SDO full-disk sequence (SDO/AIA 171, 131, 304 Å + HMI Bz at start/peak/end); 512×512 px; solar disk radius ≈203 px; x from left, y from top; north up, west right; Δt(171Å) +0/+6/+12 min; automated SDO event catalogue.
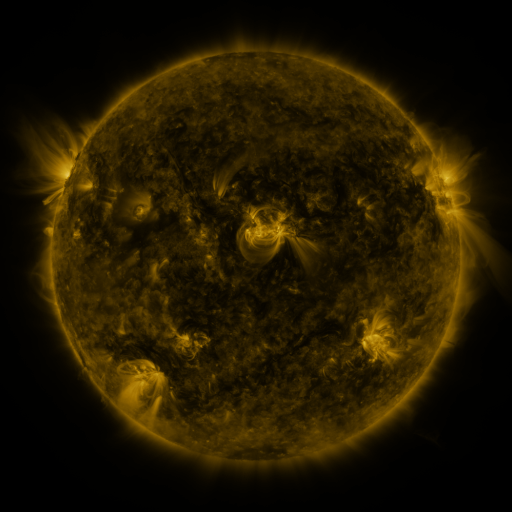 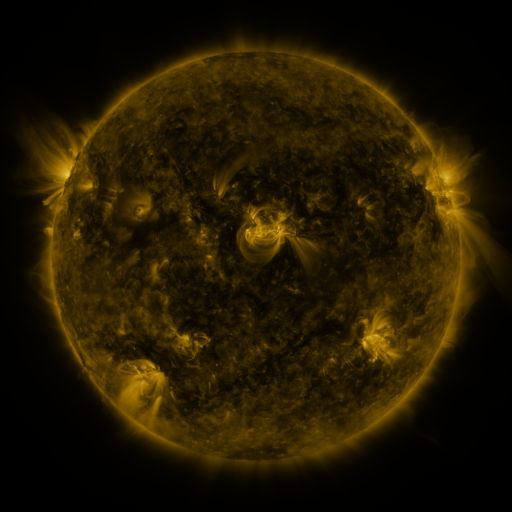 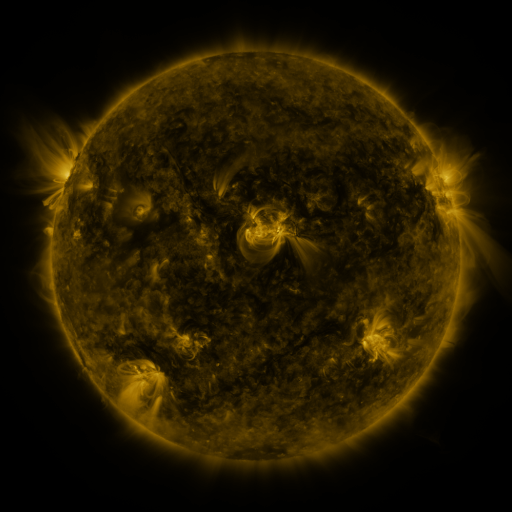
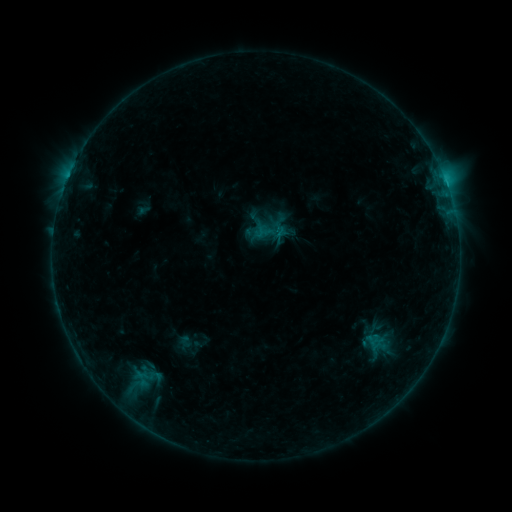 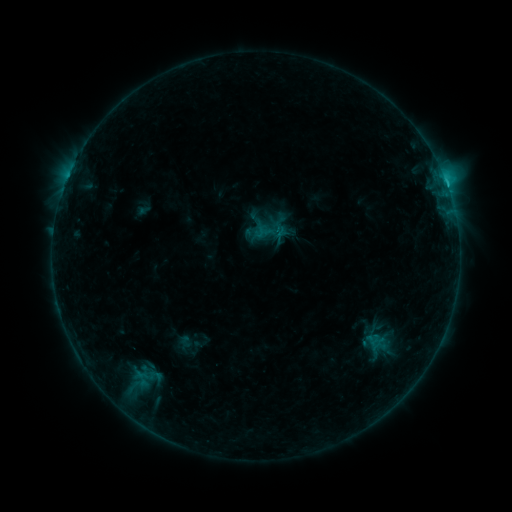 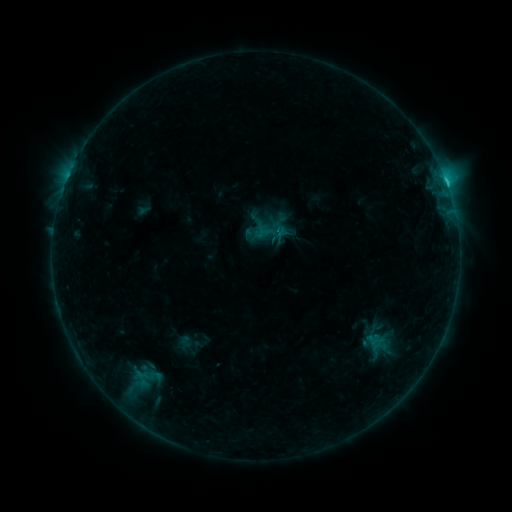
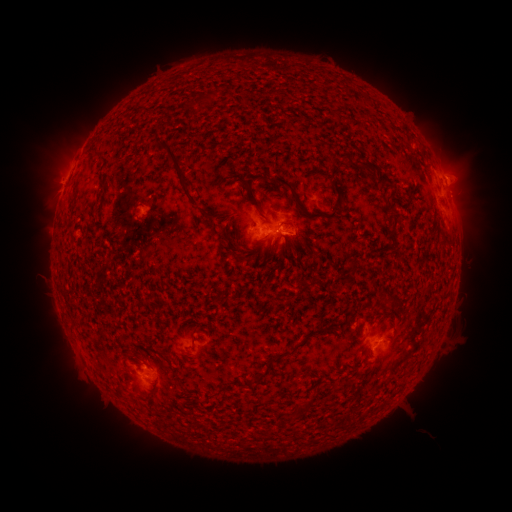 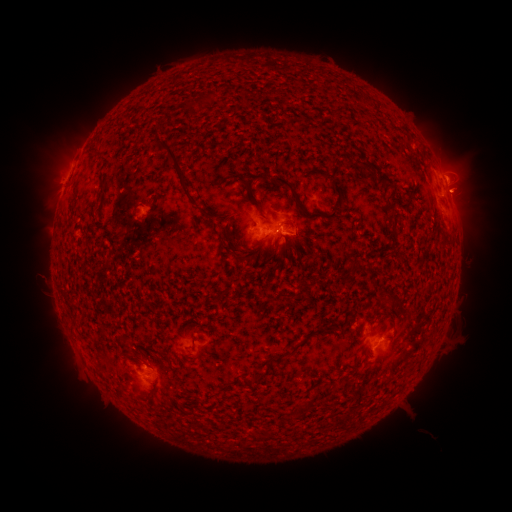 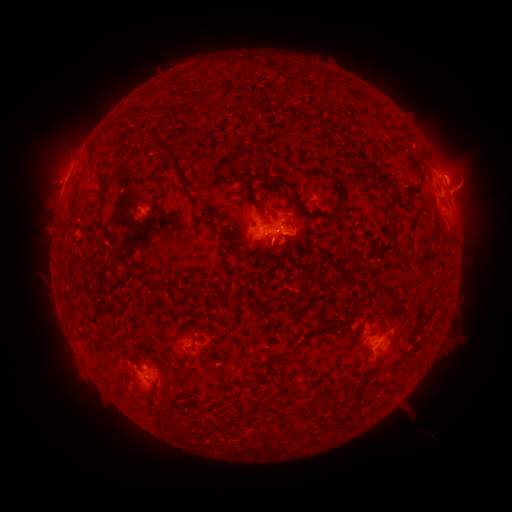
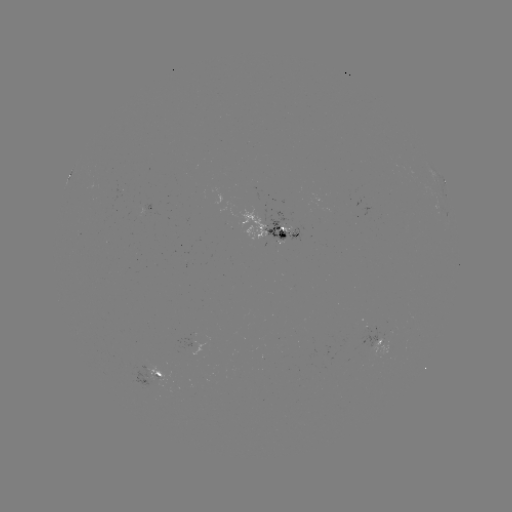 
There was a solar eruption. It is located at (467, 188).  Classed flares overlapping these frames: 1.